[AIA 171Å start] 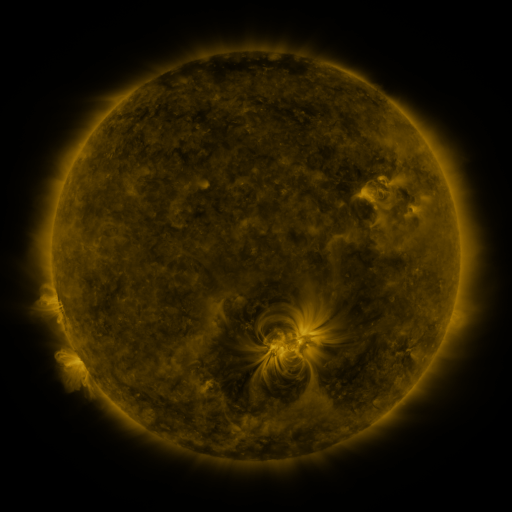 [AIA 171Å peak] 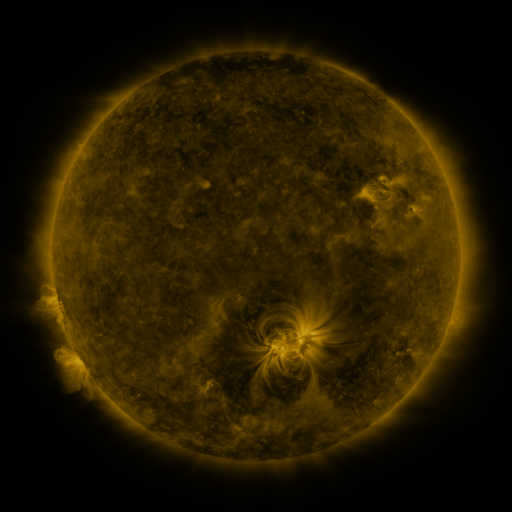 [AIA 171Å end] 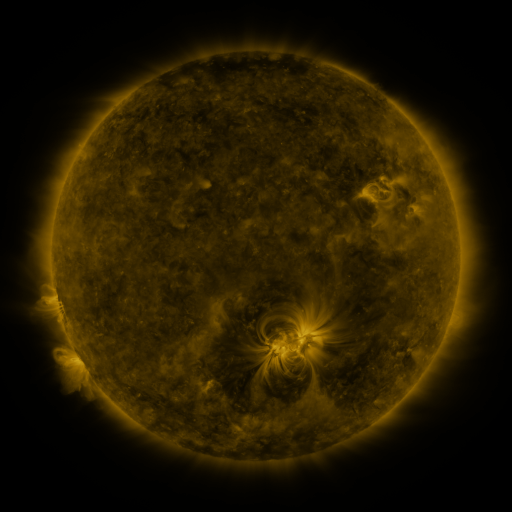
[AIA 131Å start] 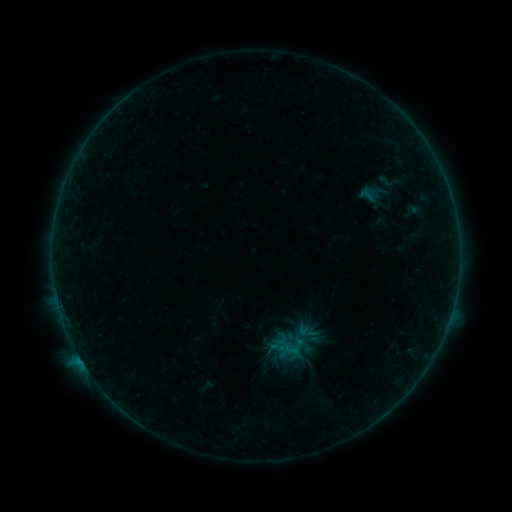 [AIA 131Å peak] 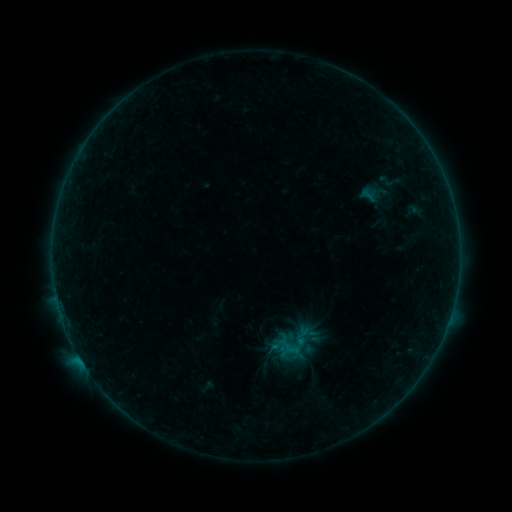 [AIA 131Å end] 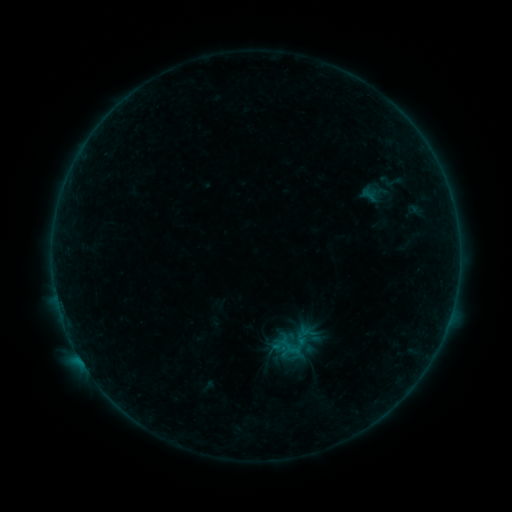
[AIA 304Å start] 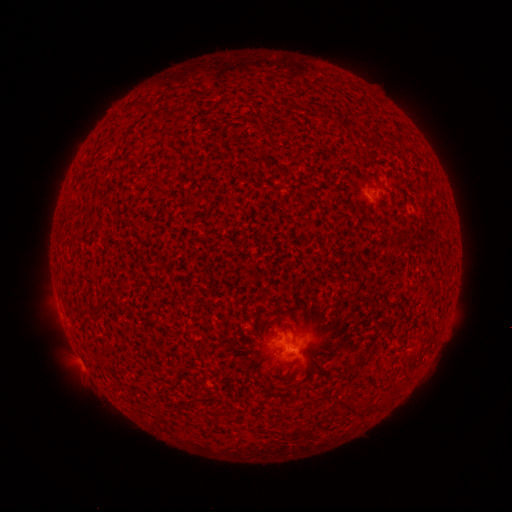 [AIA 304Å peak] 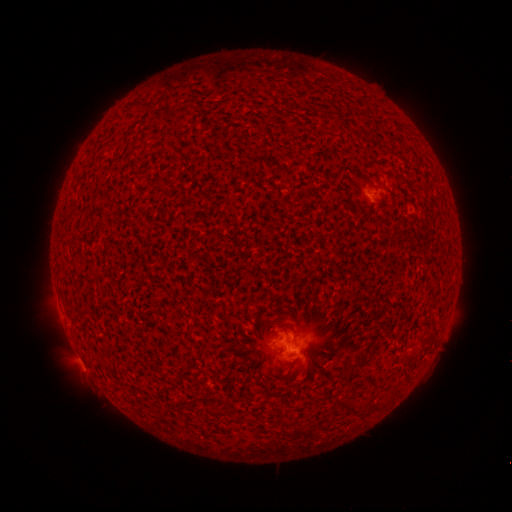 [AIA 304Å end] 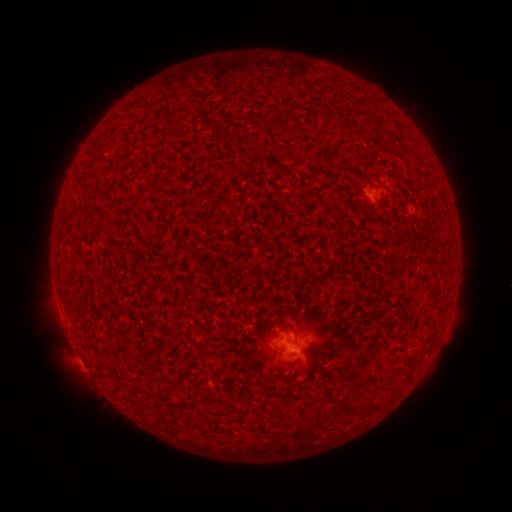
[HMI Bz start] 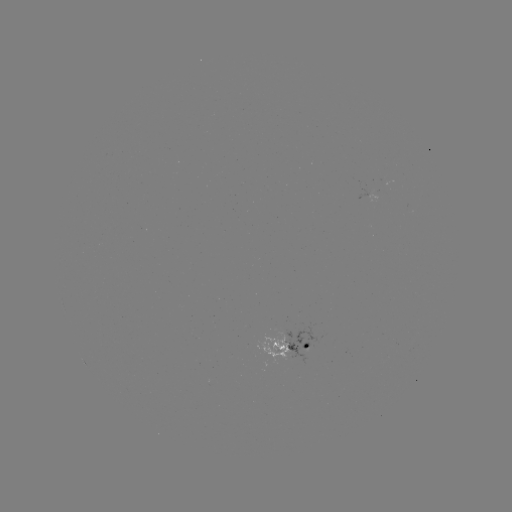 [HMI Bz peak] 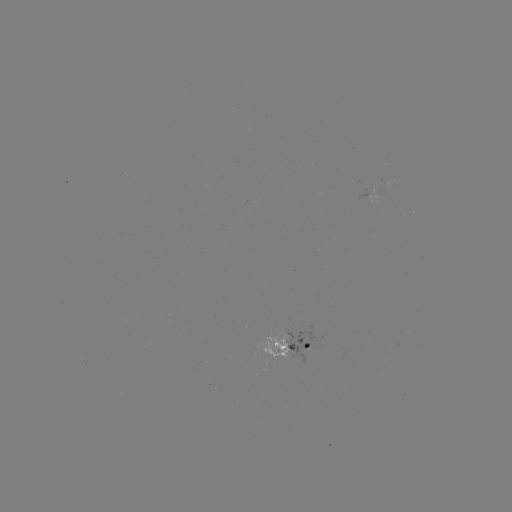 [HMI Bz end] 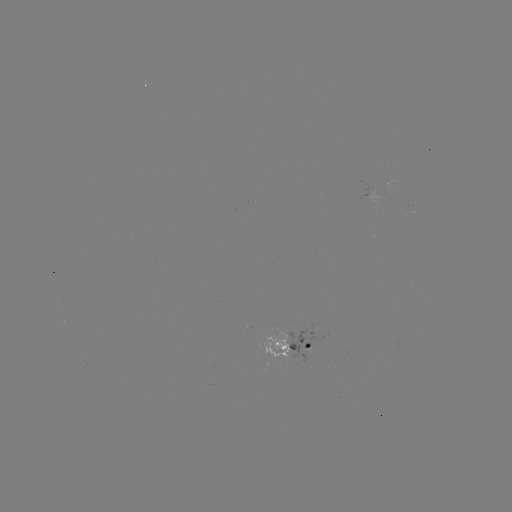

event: flare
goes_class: B3.3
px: (78, 354)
